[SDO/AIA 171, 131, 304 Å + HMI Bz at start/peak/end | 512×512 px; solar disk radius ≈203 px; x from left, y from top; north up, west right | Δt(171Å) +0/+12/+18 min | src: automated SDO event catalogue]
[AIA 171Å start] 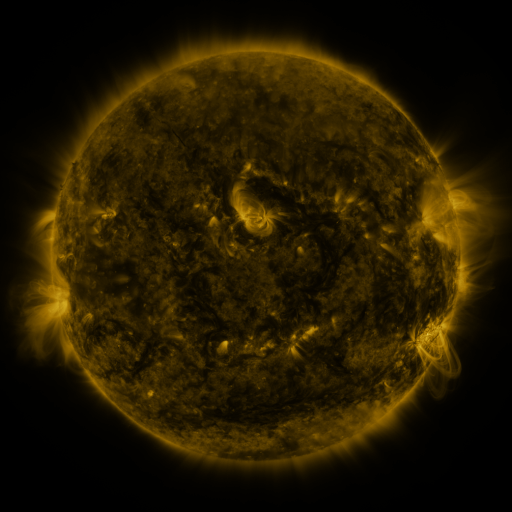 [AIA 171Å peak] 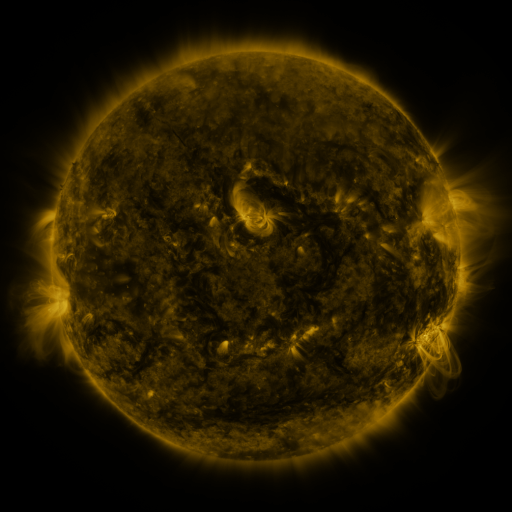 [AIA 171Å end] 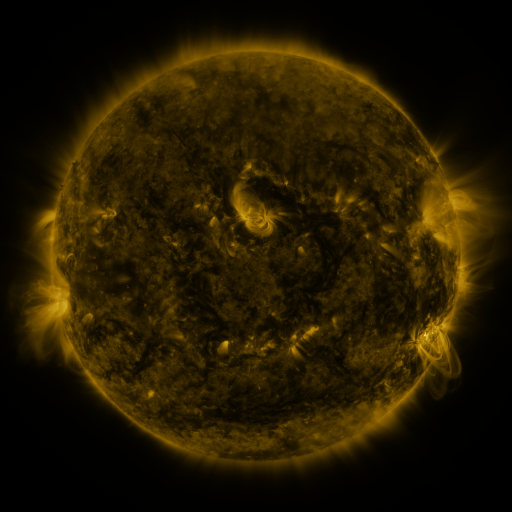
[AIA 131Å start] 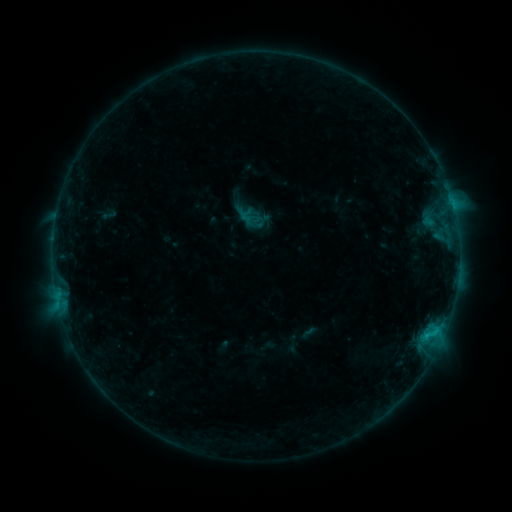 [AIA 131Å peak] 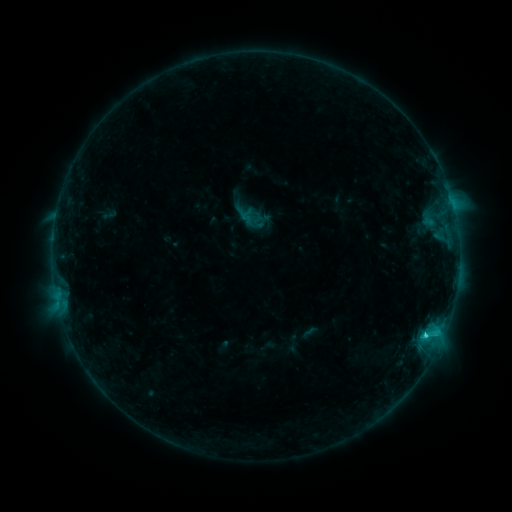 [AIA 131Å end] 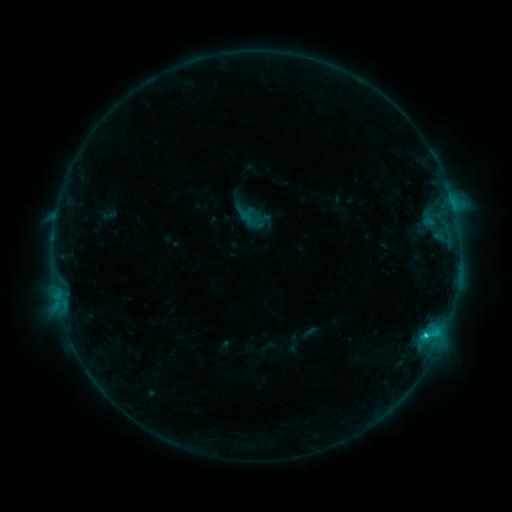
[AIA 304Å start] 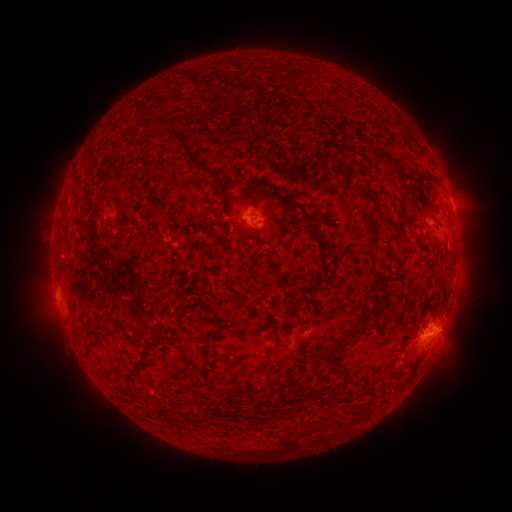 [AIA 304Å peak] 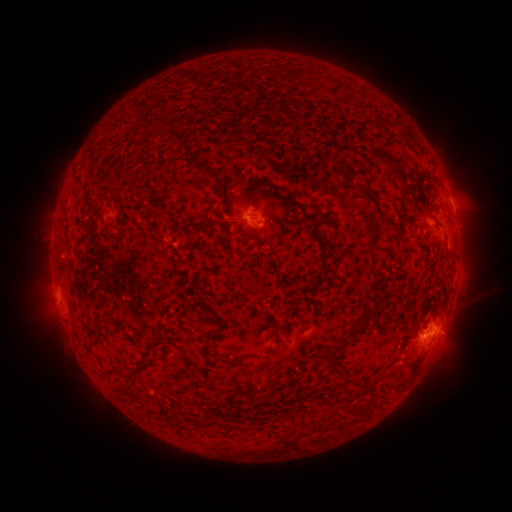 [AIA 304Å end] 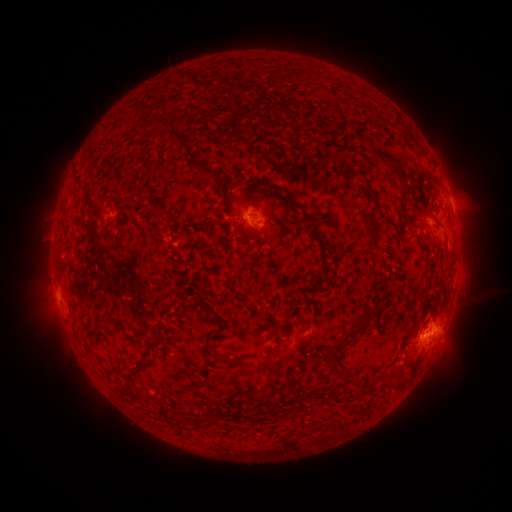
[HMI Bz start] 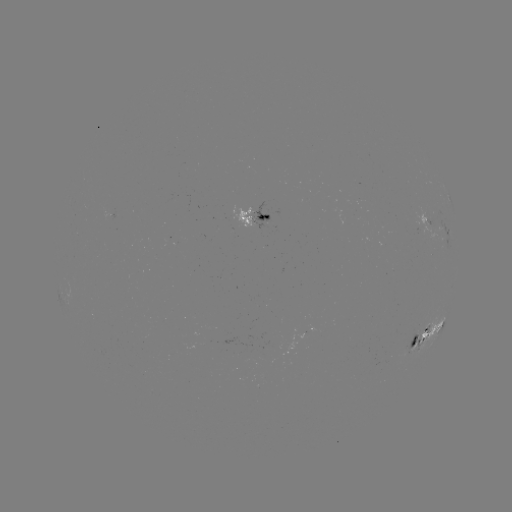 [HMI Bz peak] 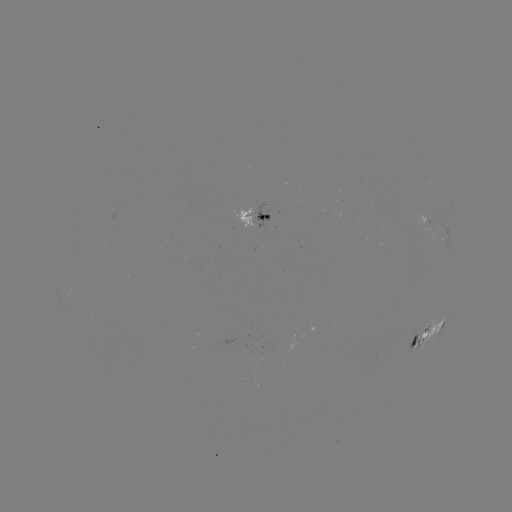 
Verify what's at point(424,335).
C1.6 flare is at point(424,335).